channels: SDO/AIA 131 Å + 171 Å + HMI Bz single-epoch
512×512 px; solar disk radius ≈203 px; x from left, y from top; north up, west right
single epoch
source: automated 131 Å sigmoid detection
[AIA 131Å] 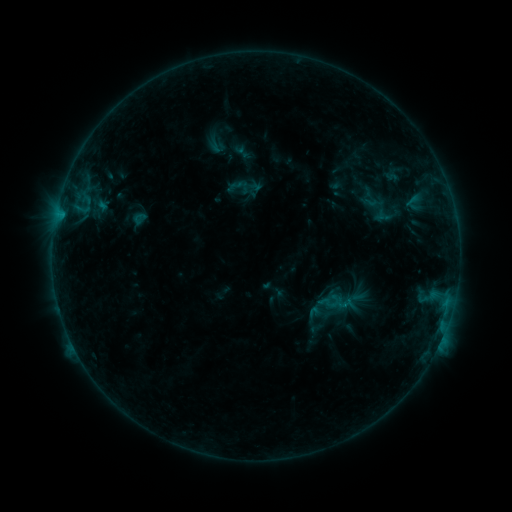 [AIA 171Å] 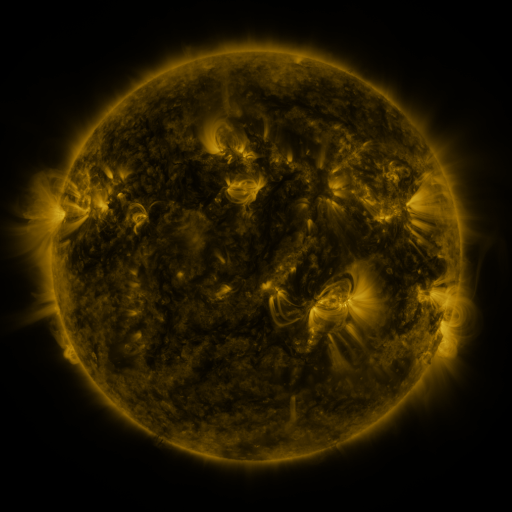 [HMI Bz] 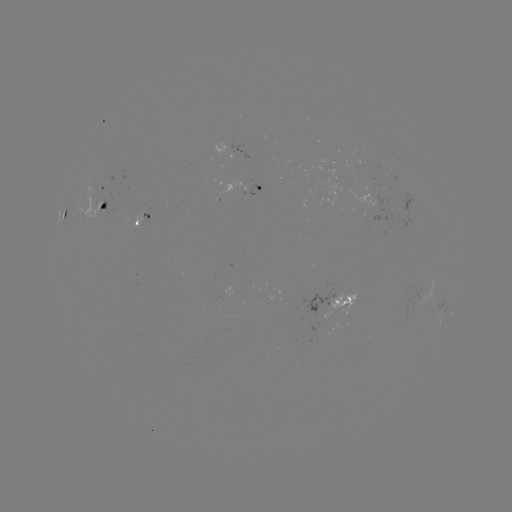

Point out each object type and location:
sigmoid: (379, 209)
